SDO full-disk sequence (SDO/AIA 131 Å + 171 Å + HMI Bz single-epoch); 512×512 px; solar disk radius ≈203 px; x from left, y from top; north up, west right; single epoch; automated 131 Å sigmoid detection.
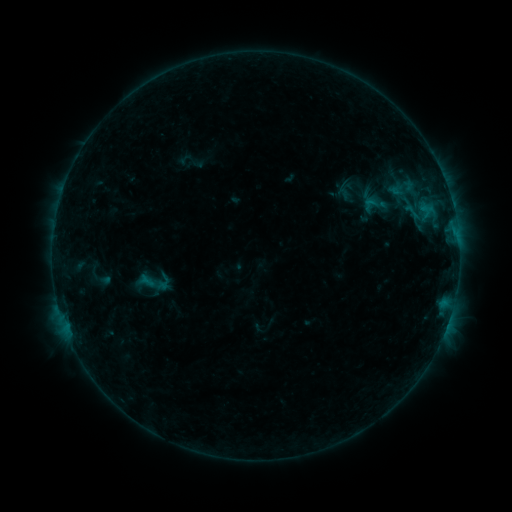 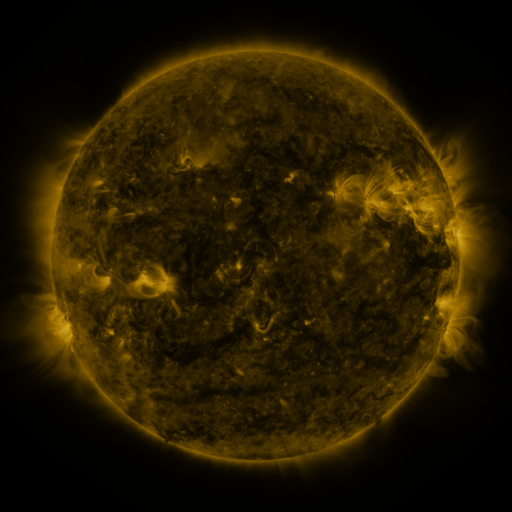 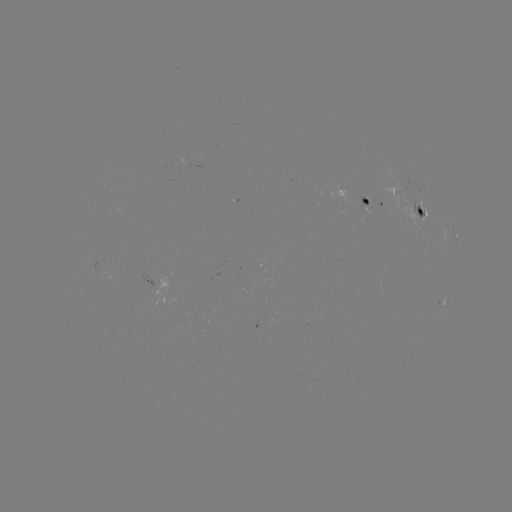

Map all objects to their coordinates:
sigmoid: <bbox>358, 193, 382, 217</bbox>
sigmoid: <bbox>134, 264, 178, 300</bbox>
